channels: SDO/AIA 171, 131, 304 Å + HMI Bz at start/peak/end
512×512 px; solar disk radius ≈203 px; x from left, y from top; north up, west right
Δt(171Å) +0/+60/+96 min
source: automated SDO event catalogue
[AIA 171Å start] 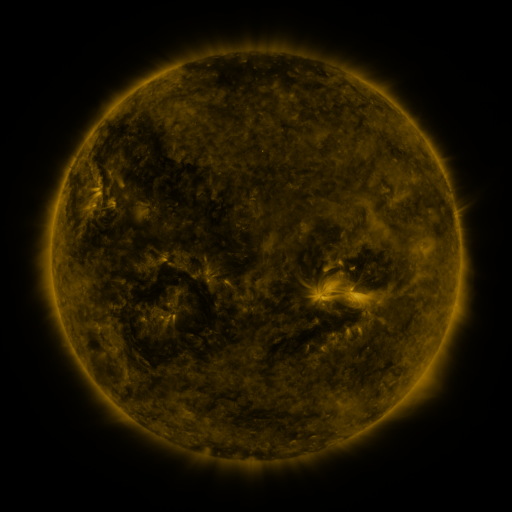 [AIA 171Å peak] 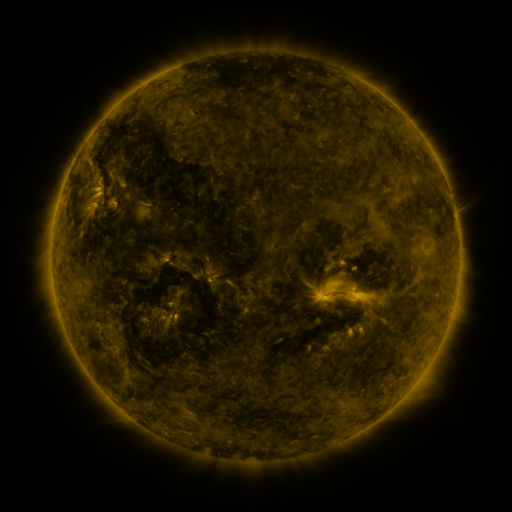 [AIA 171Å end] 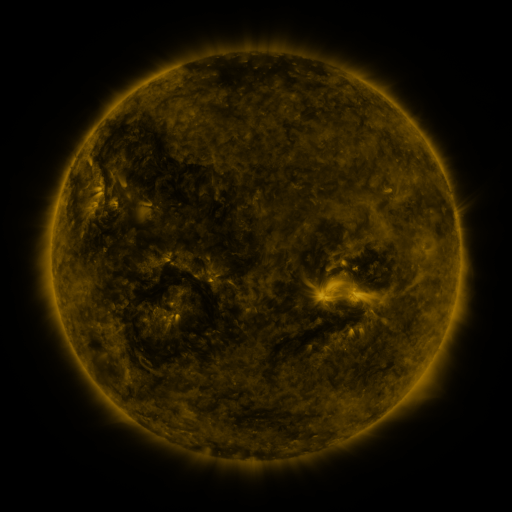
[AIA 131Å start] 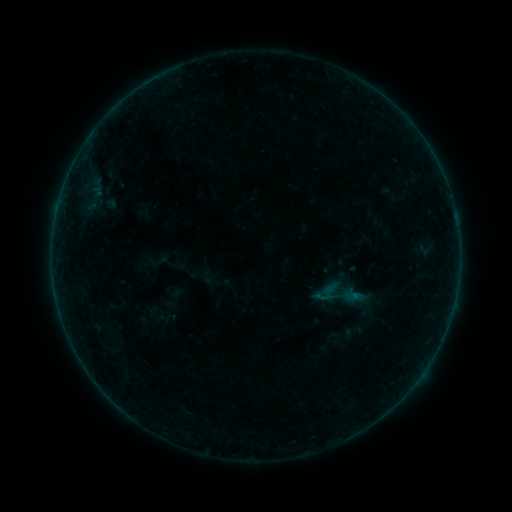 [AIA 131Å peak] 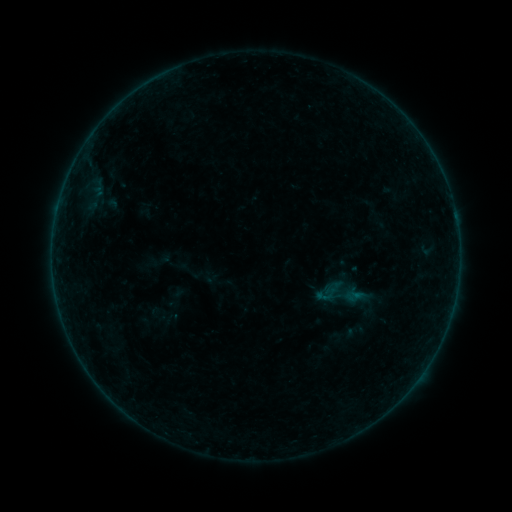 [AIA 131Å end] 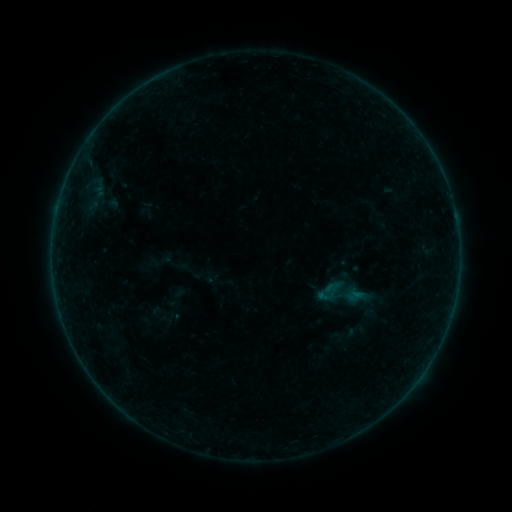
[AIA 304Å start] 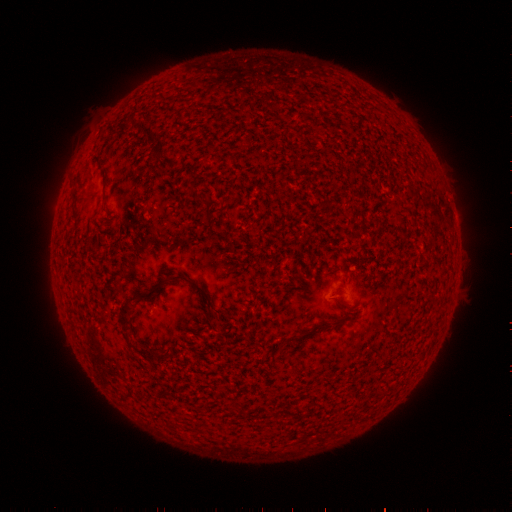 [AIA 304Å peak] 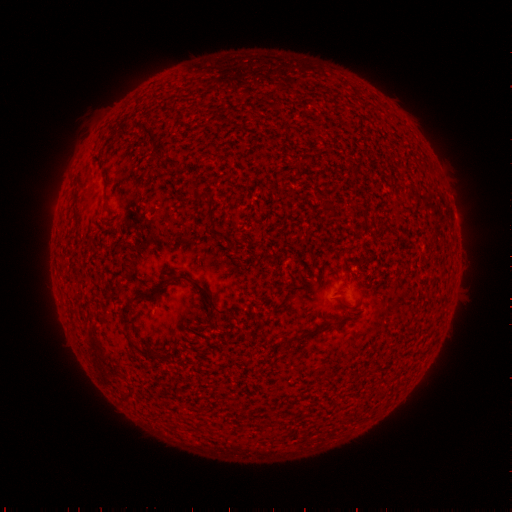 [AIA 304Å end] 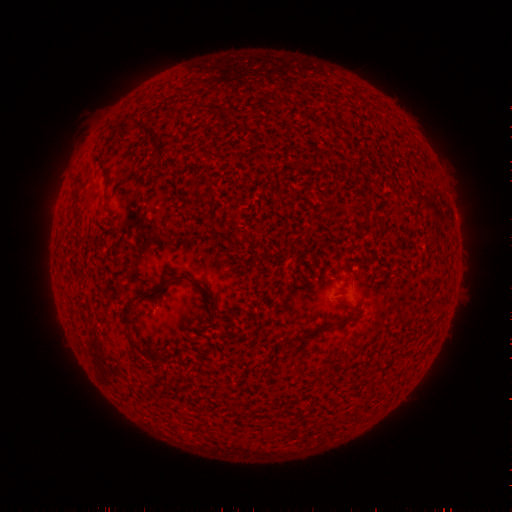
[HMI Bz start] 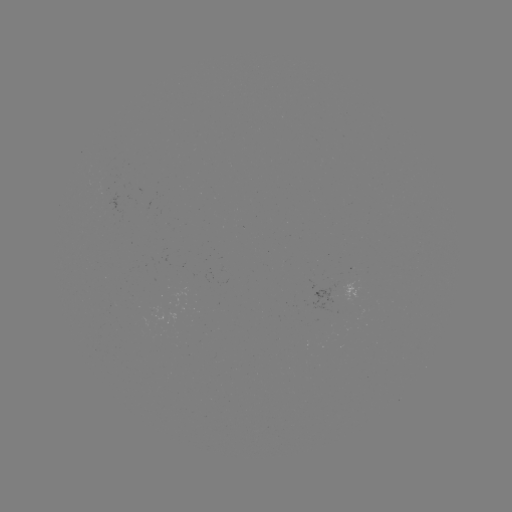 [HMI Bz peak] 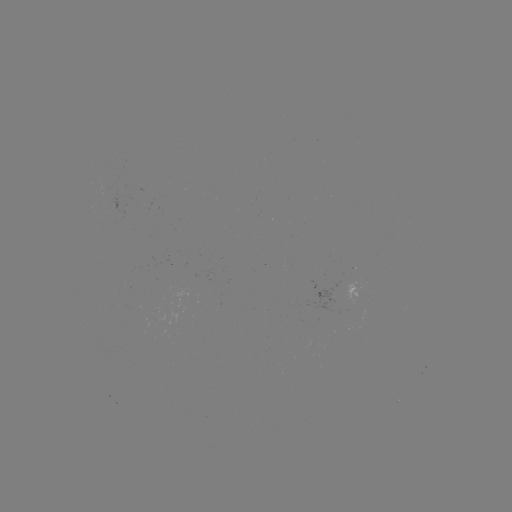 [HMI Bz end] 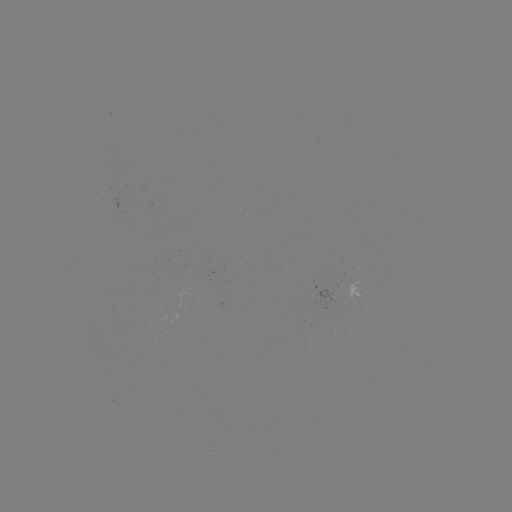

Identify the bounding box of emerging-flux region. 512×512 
[106, 191, 124, 217].